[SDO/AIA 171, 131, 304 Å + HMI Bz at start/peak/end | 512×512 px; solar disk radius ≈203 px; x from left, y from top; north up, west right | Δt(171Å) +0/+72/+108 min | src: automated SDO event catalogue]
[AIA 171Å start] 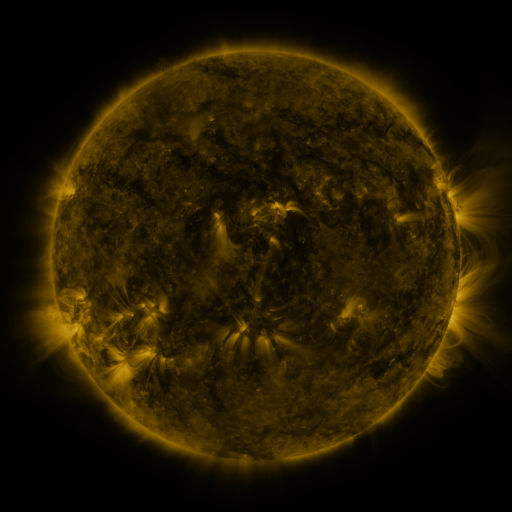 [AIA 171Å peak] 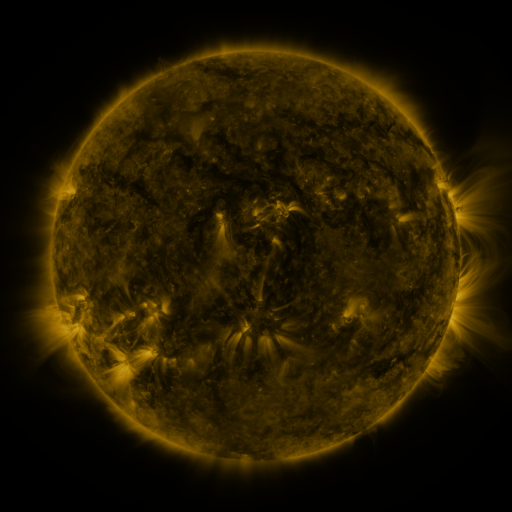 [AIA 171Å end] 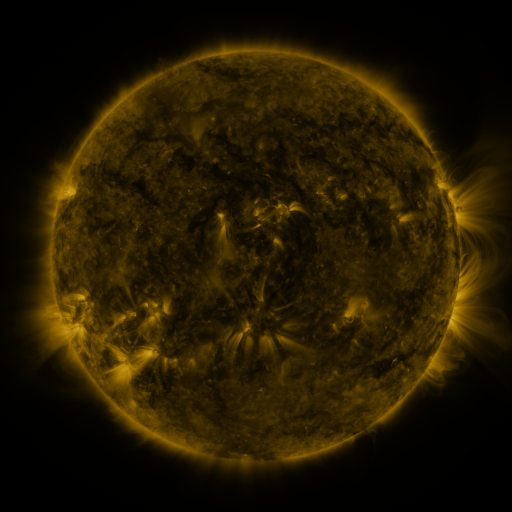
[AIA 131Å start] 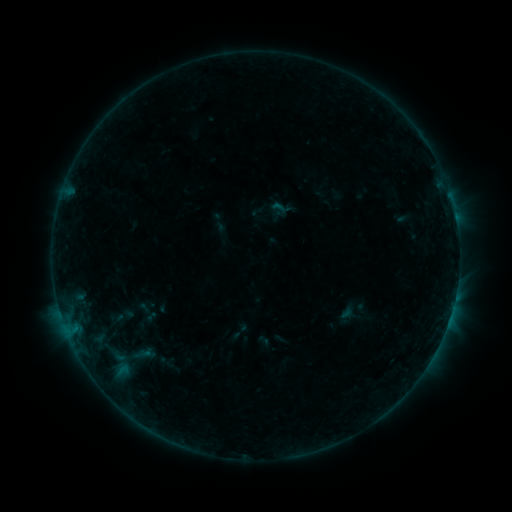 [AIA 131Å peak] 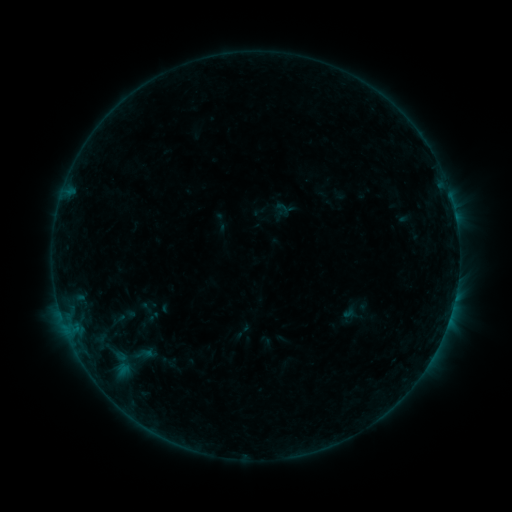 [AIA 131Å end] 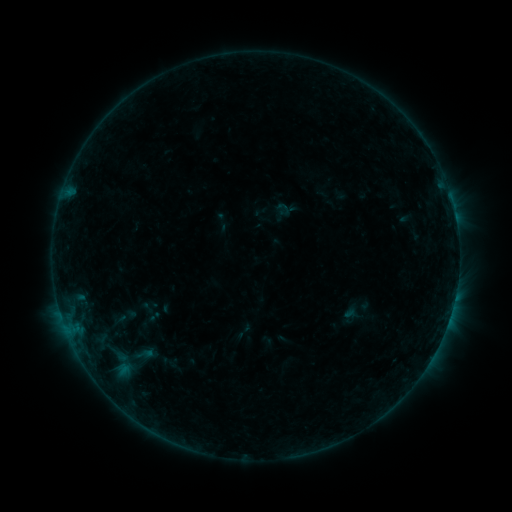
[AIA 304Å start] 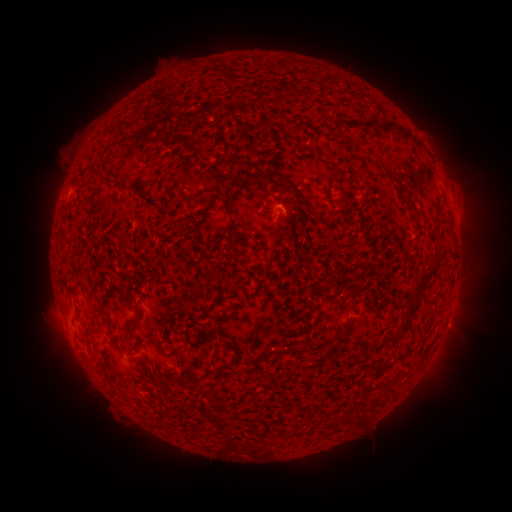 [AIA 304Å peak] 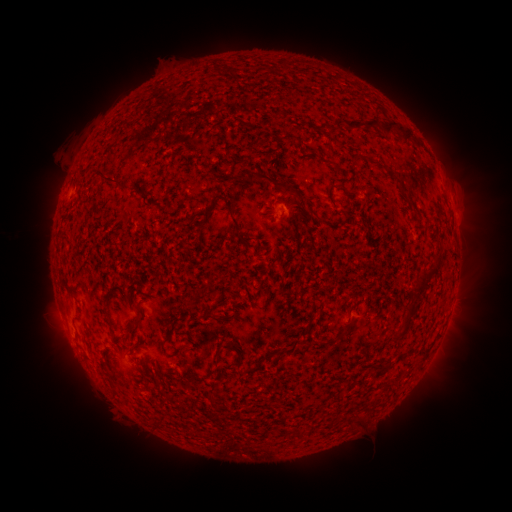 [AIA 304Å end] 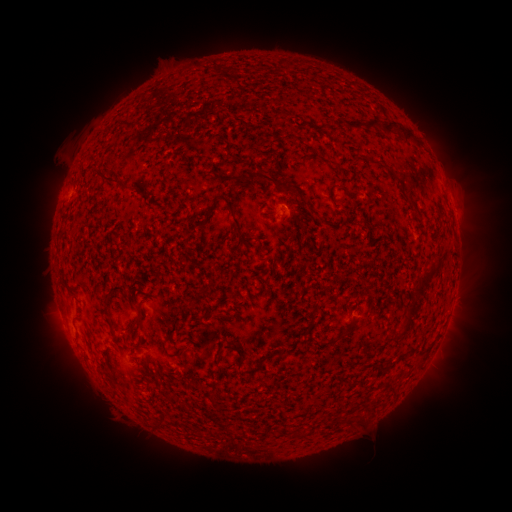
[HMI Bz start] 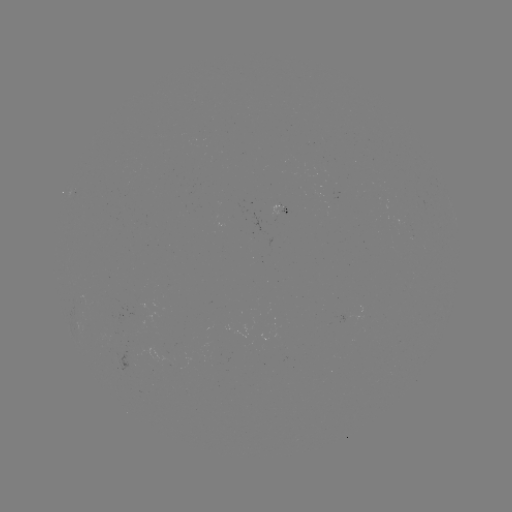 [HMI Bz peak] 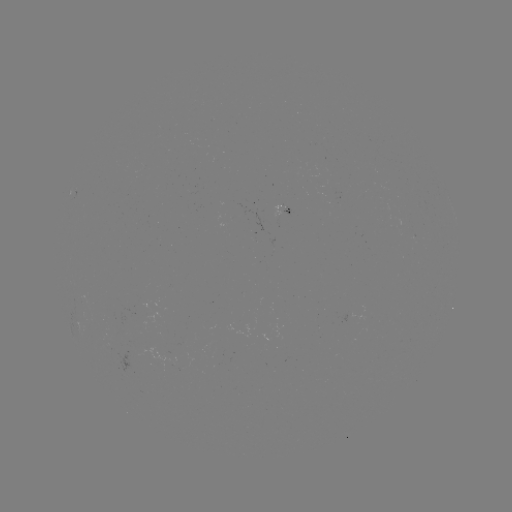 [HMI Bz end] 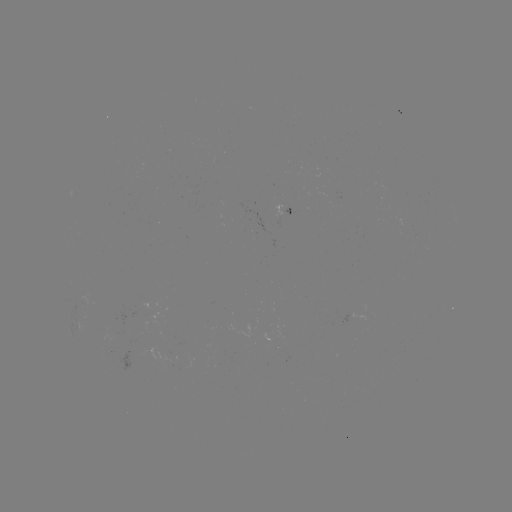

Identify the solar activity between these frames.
emerging-flux region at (150, 315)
